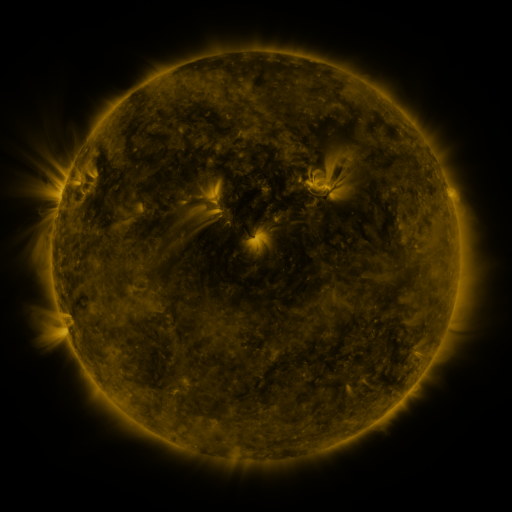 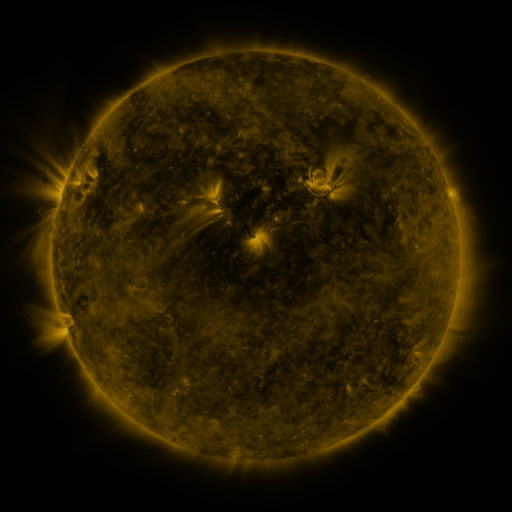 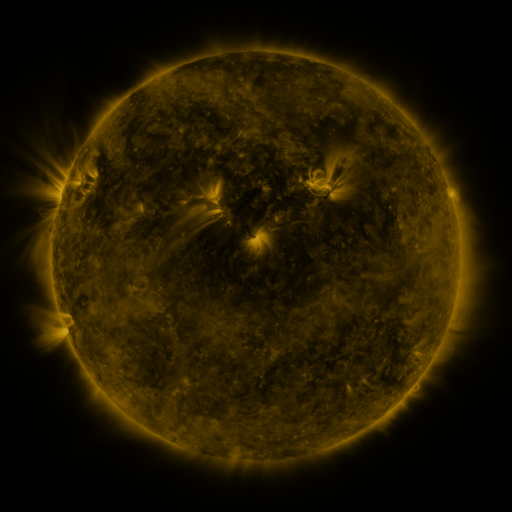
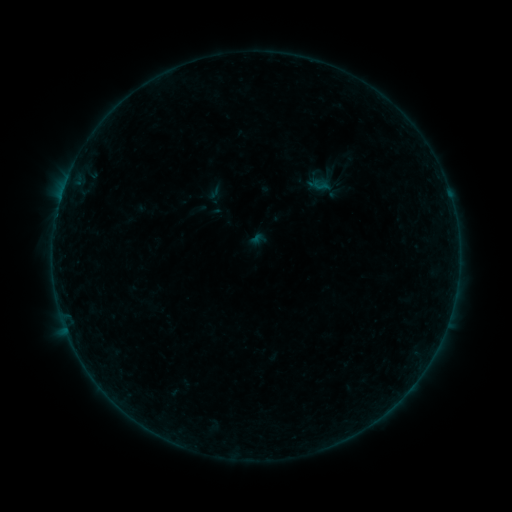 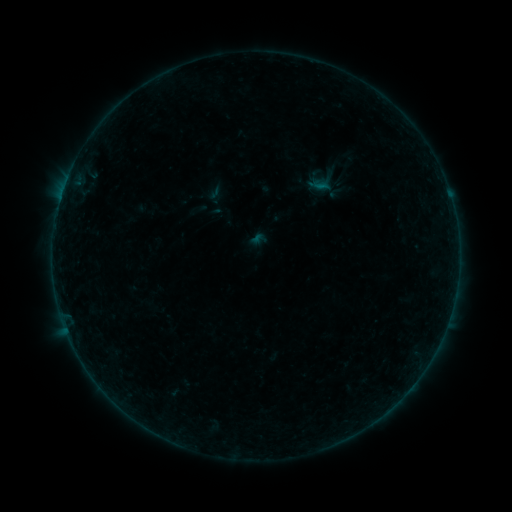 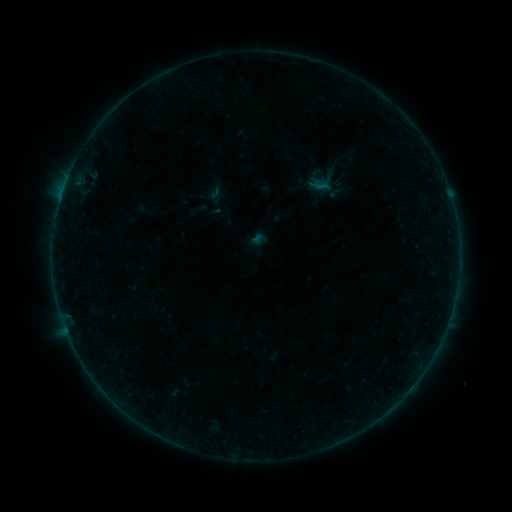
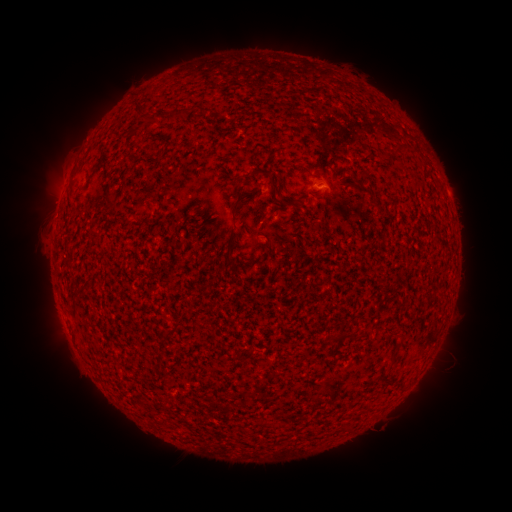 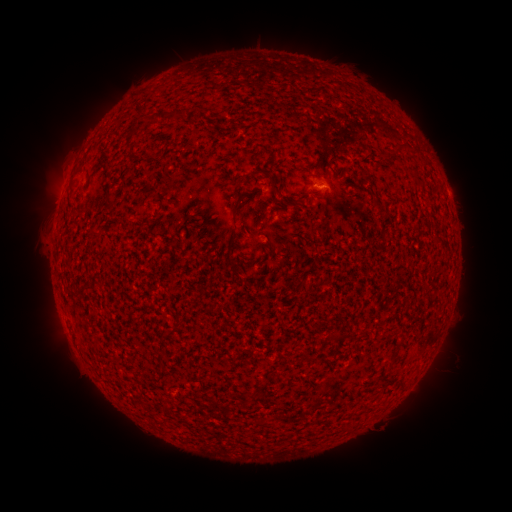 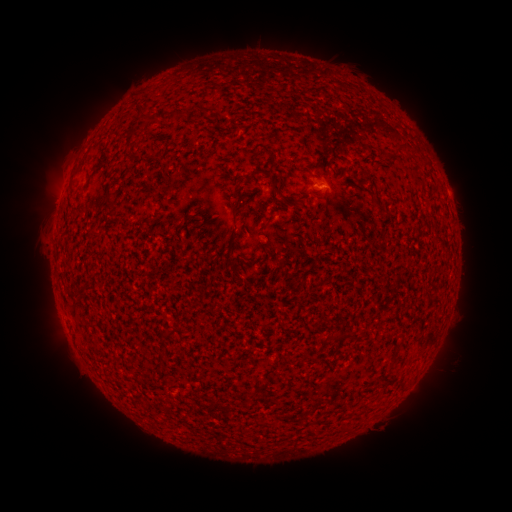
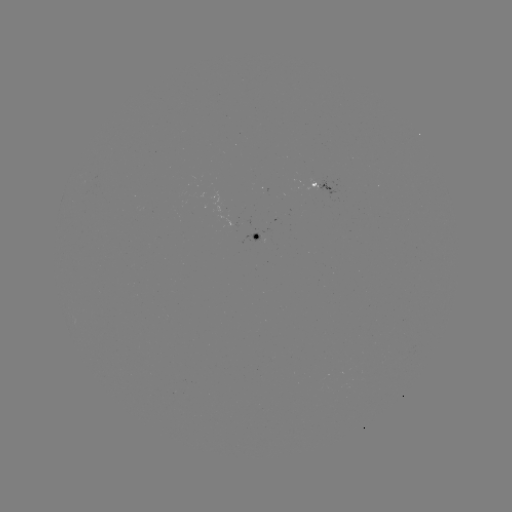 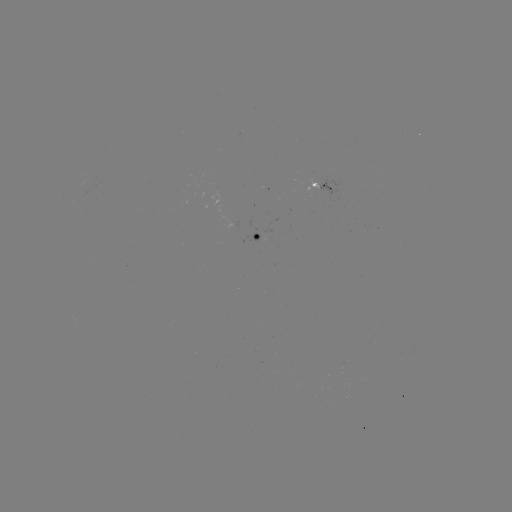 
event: flare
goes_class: B1.4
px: (174, 395)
